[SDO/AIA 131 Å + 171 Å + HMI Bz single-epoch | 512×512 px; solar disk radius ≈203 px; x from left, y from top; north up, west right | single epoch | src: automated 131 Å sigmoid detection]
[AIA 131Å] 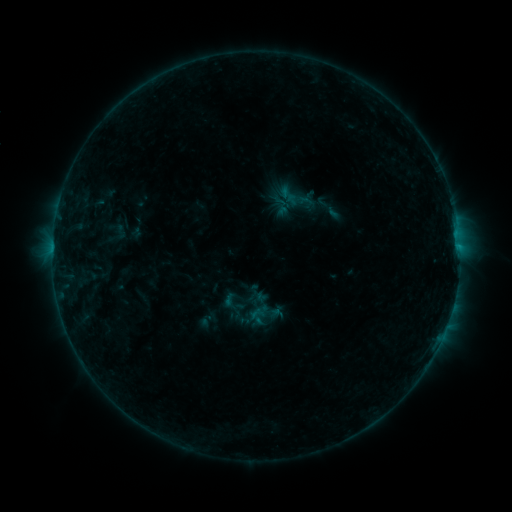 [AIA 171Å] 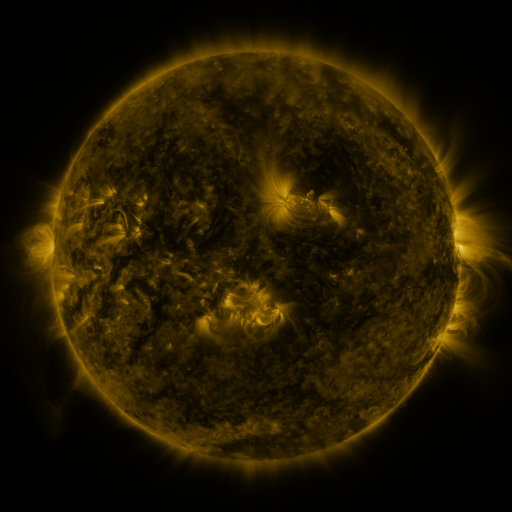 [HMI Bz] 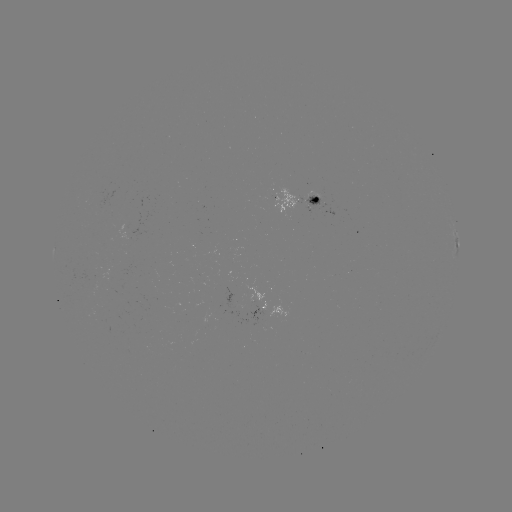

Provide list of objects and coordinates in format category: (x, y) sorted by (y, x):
sigmoid: (265, 314)
